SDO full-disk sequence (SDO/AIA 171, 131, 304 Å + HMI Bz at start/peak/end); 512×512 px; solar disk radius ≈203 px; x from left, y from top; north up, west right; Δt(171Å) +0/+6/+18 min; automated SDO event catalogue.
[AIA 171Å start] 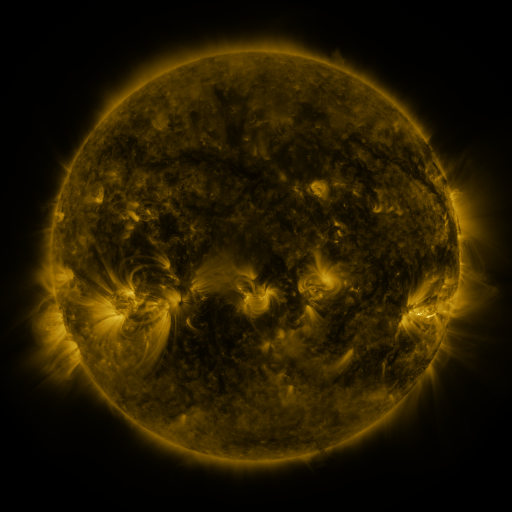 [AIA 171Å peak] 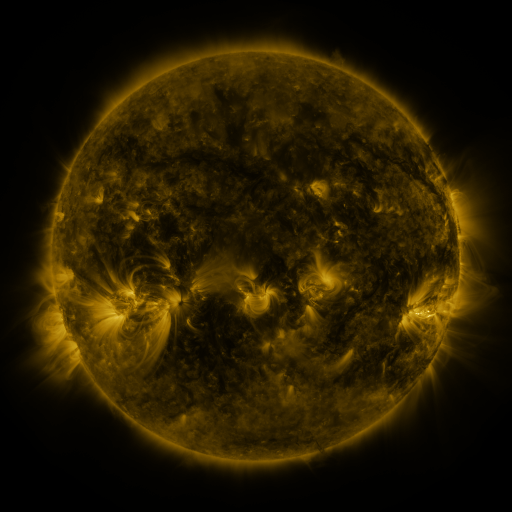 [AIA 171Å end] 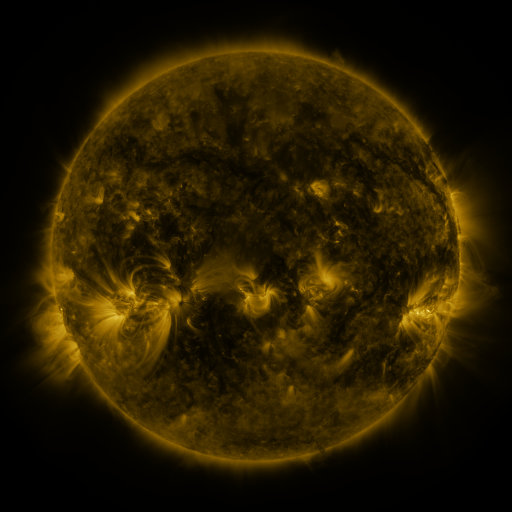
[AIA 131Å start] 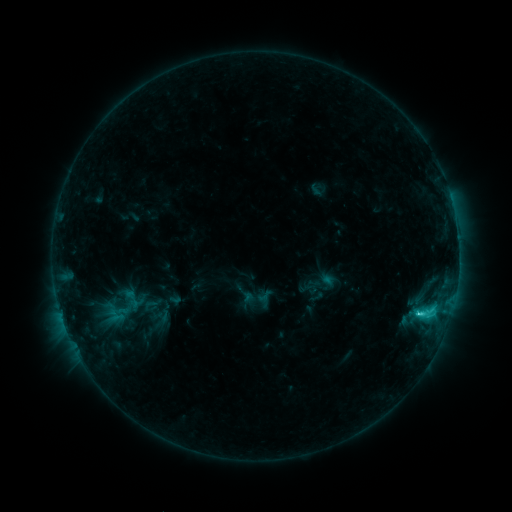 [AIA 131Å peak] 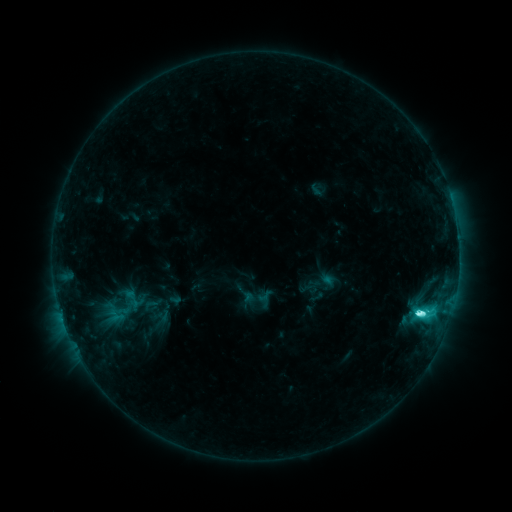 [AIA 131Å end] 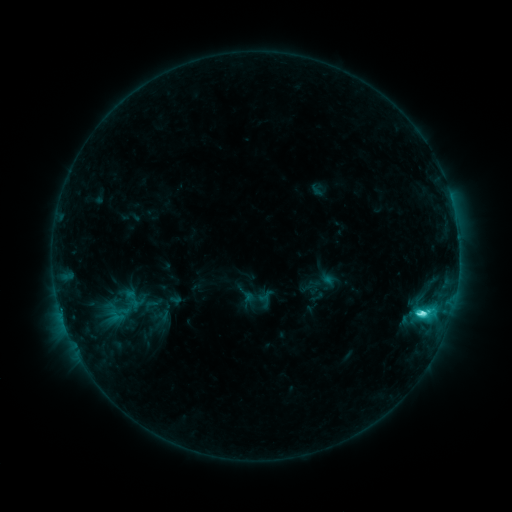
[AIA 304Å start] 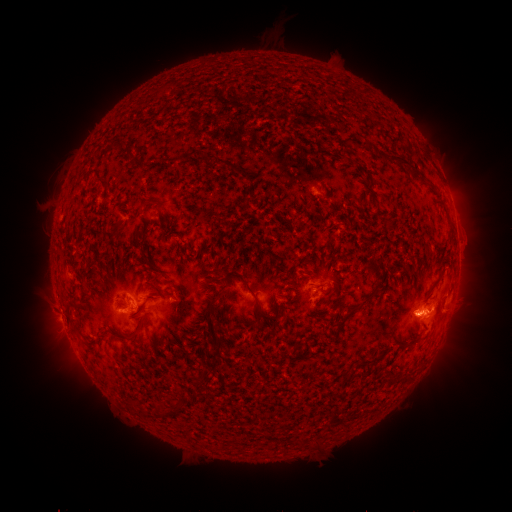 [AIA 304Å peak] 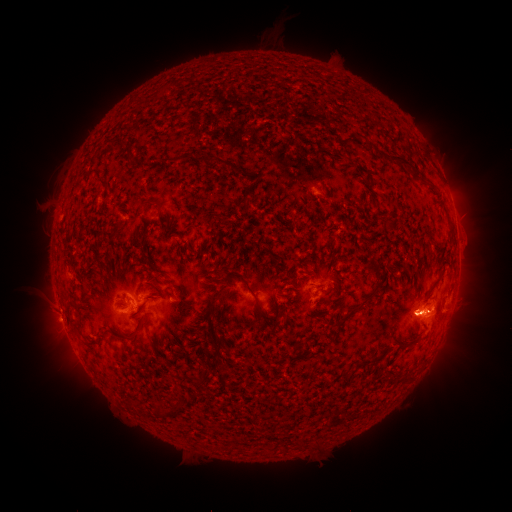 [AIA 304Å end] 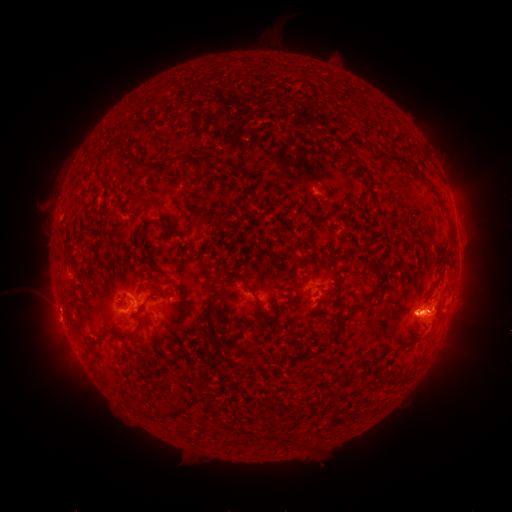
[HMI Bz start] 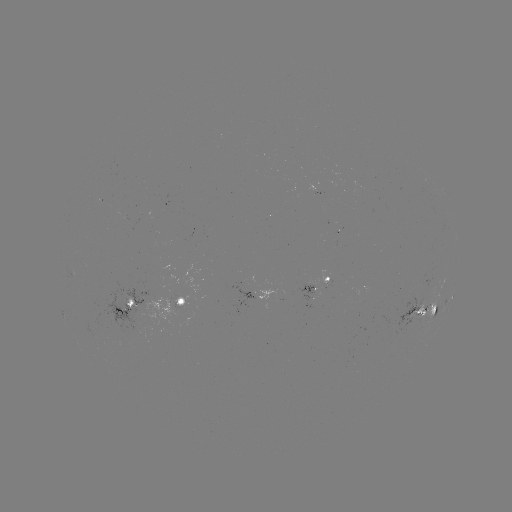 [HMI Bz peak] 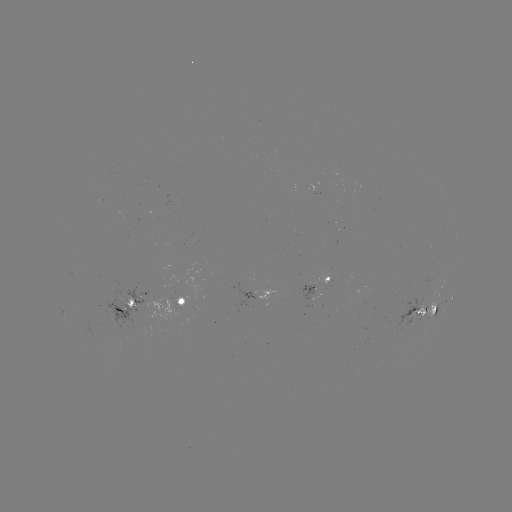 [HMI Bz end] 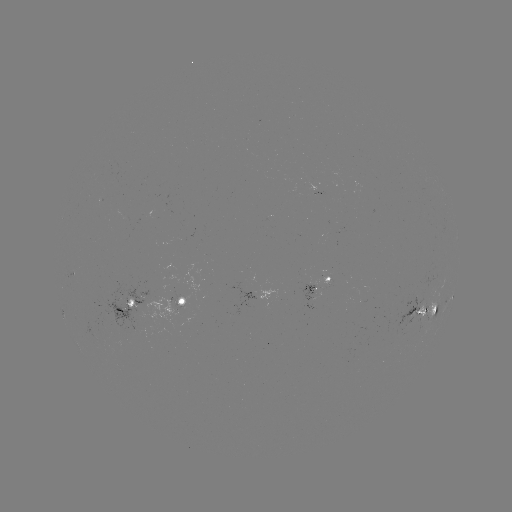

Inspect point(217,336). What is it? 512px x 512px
C8.2 flare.